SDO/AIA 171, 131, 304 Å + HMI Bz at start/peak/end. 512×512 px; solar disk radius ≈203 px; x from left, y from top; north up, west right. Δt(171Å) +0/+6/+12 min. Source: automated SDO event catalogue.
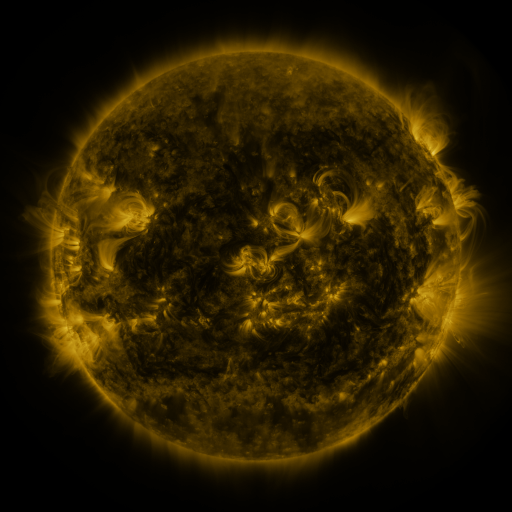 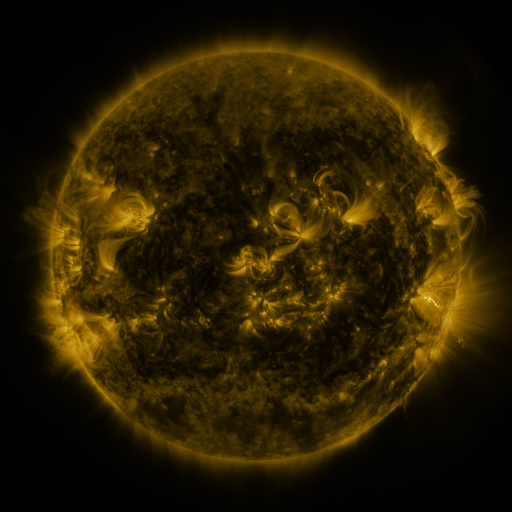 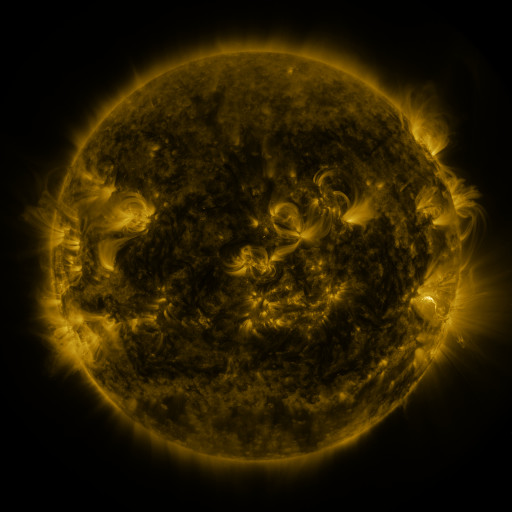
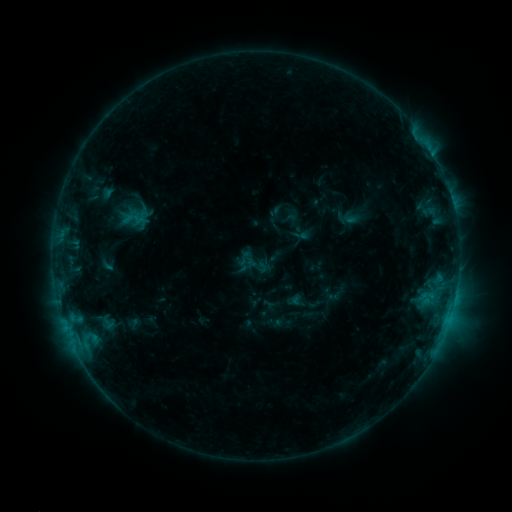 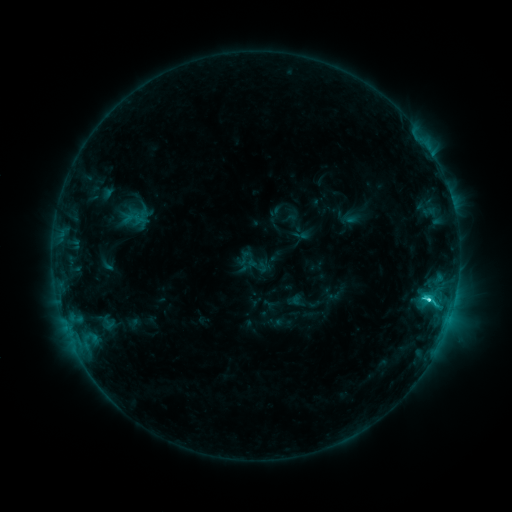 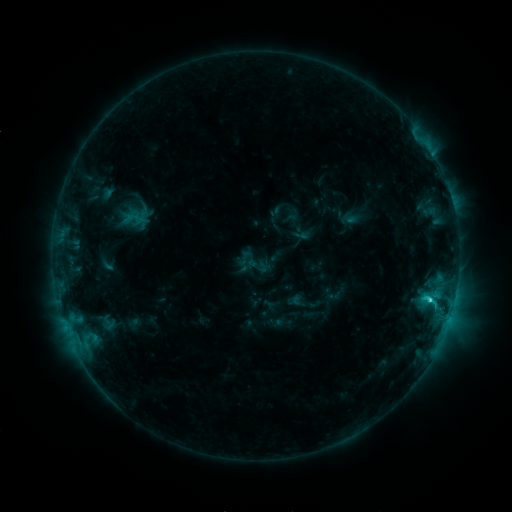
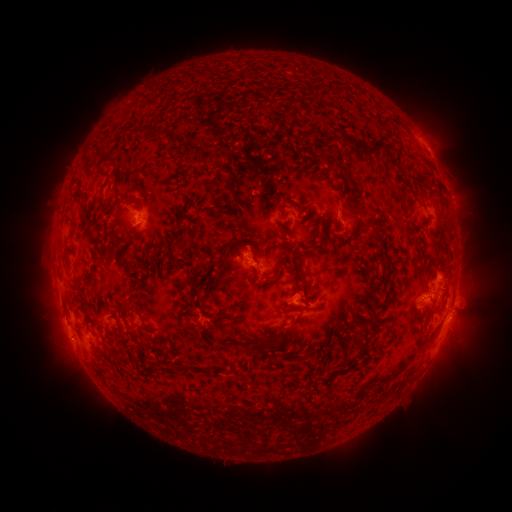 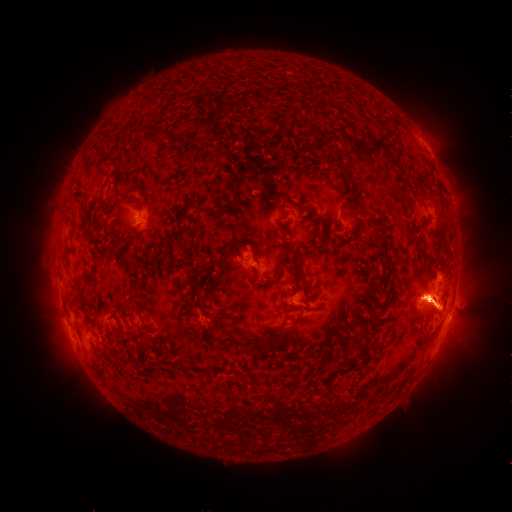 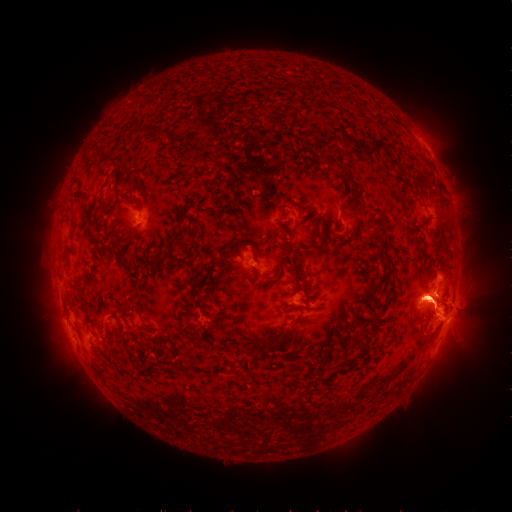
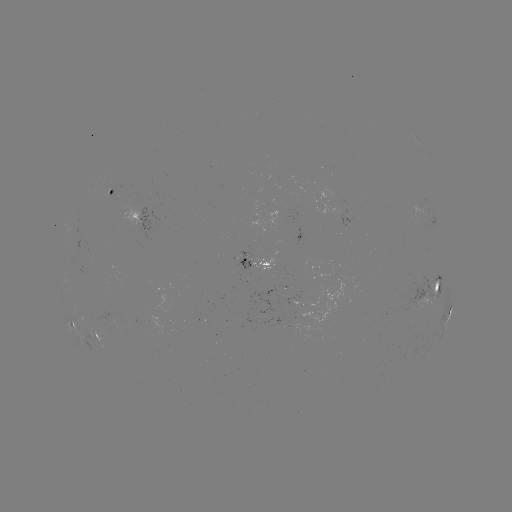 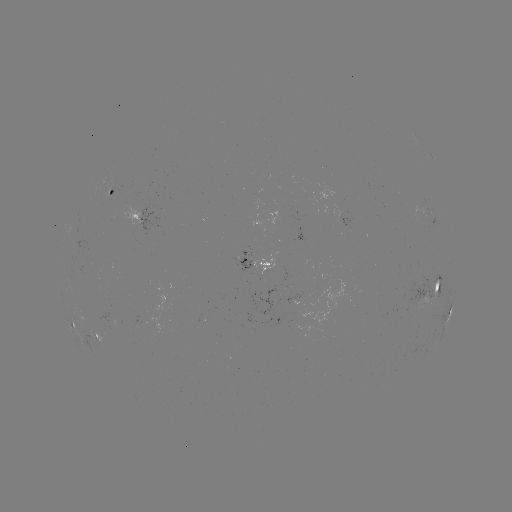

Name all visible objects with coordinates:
eruption: (370, 299)
